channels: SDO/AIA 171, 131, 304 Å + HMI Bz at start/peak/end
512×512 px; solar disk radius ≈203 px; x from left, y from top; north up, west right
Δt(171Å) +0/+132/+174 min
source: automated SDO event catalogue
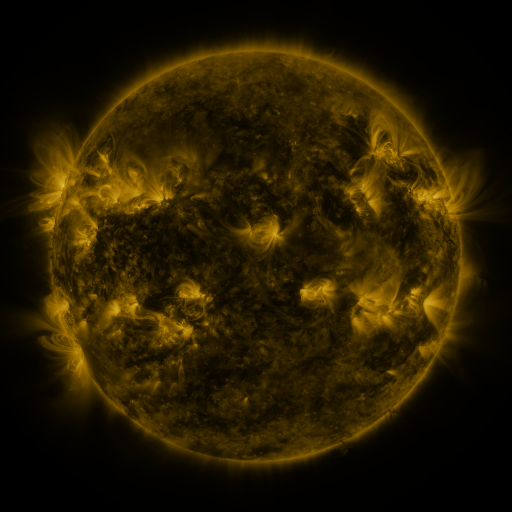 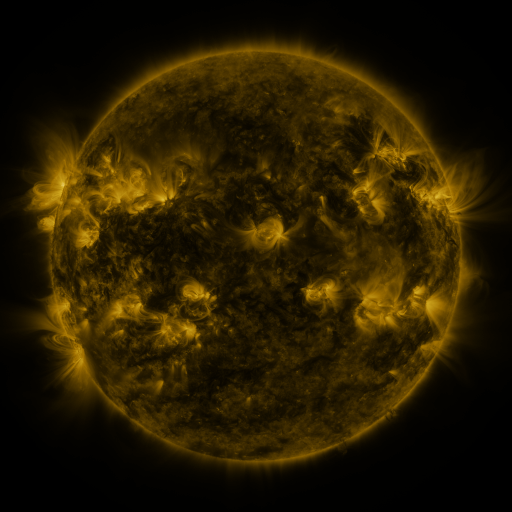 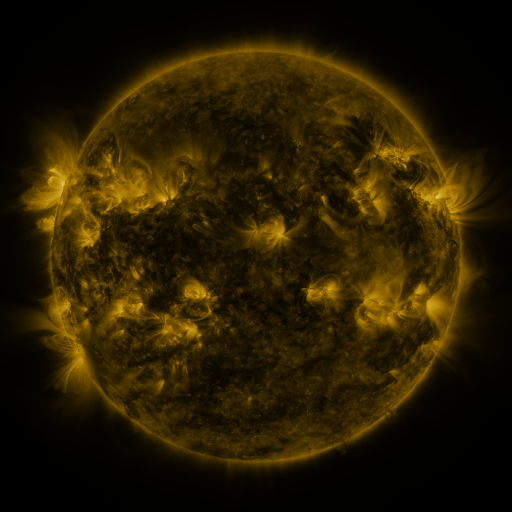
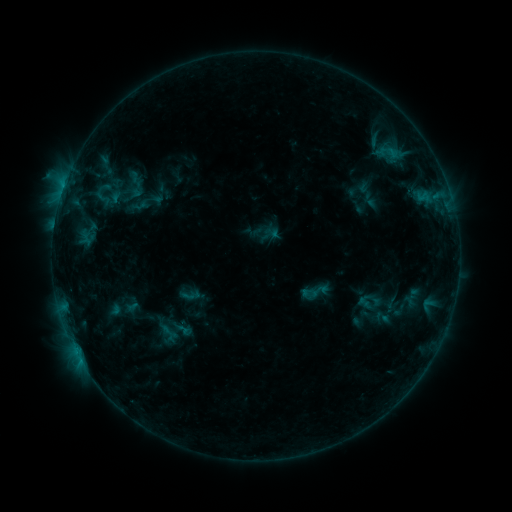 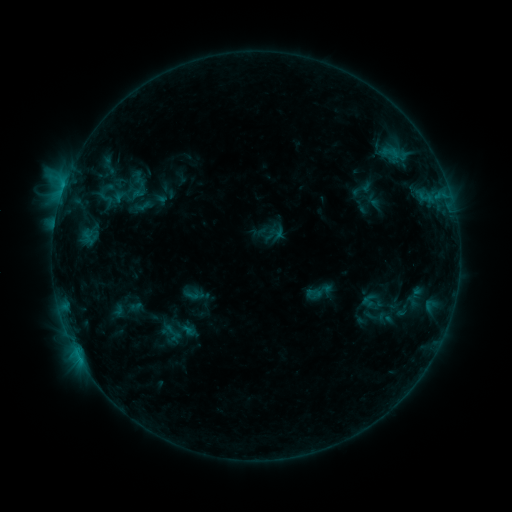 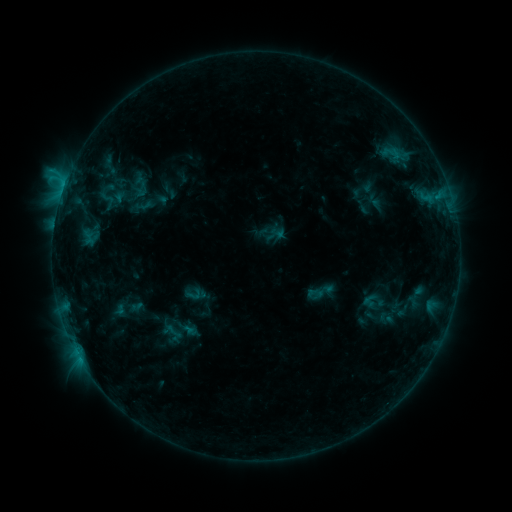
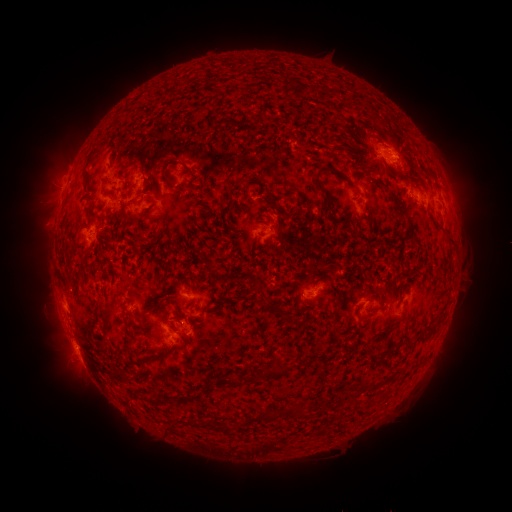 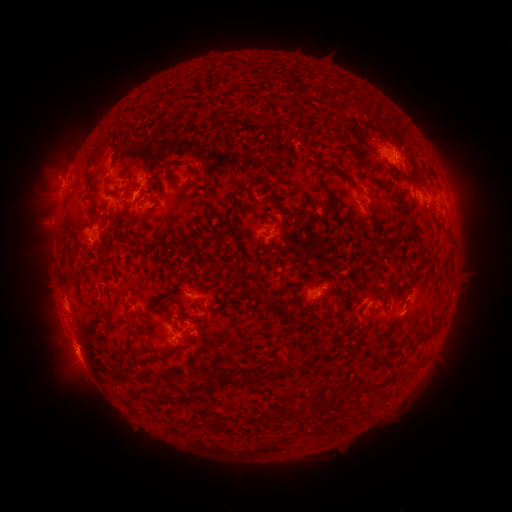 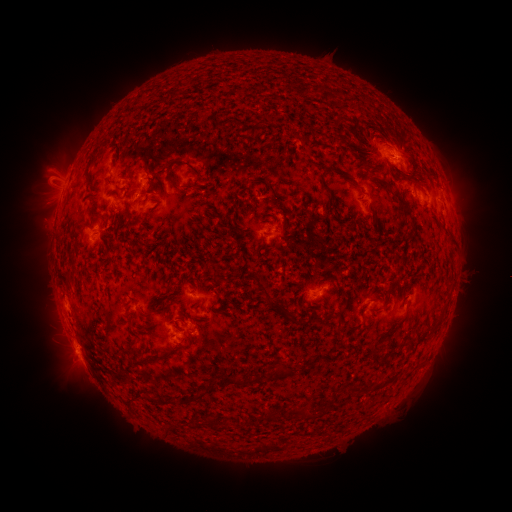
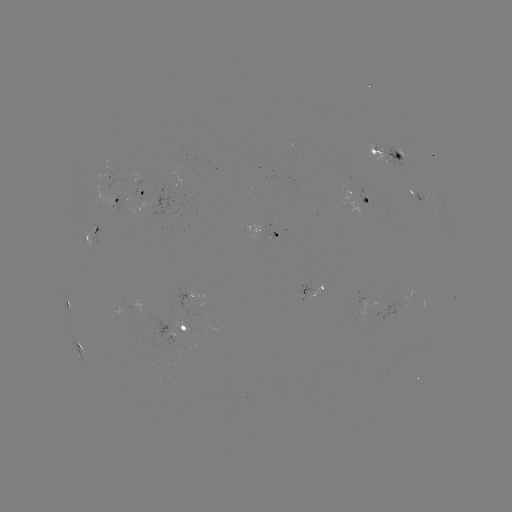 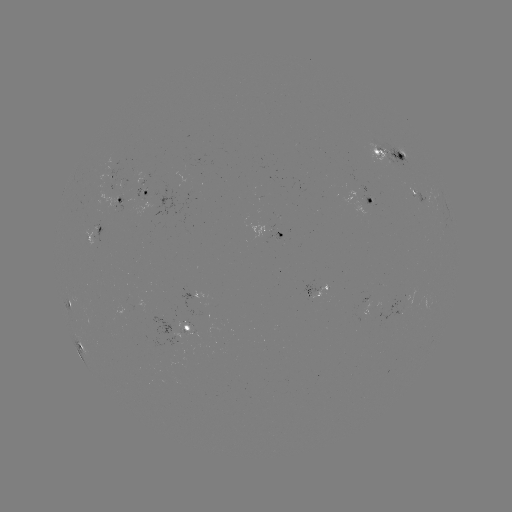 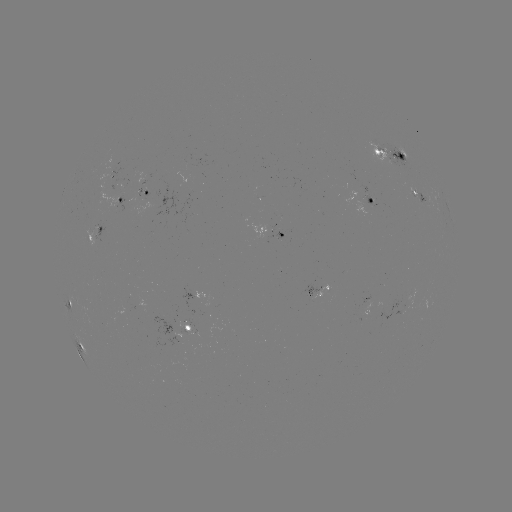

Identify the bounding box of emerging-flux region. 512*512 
[105, 157, 117, 170].